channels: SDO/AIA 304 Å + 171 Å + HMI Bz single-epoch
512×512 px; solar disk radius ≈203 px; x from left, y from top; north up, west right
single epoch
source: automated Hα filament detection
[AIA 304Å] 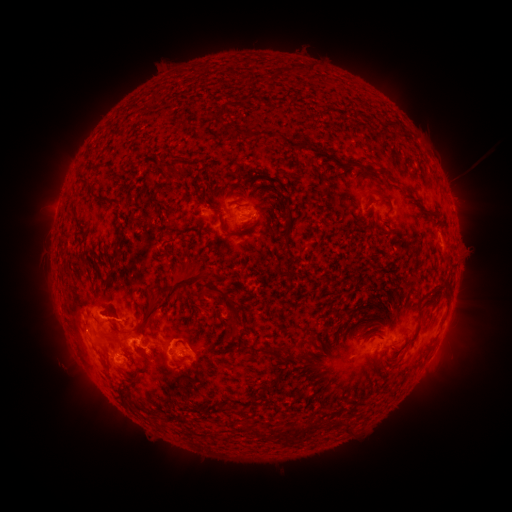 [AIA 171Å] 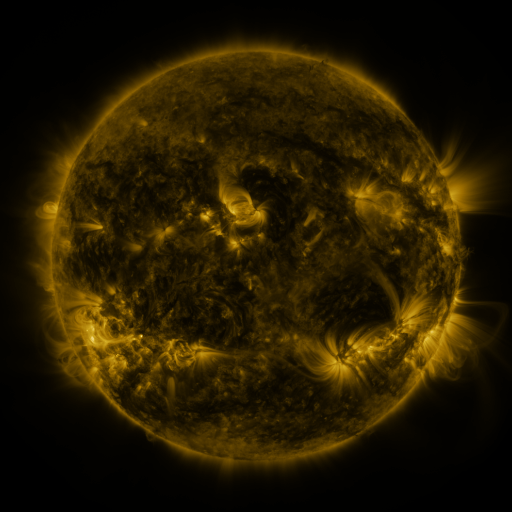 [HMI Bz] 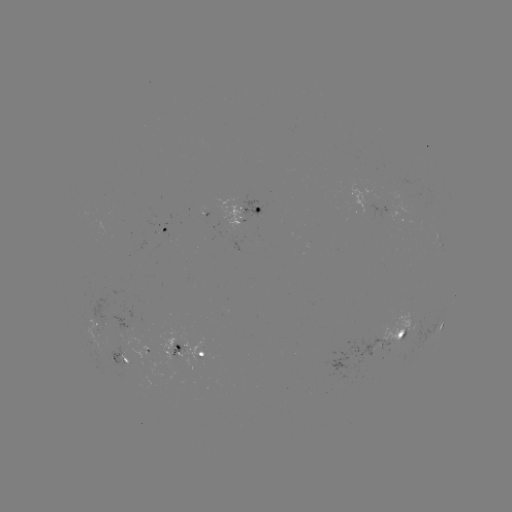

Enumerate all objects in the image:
filament: <bbox>303, 64, 312, 74</bbox>
filament: <bbox>273, 67, 283, 78</bbox>
filament: <bbox>216, 104, 226, 119</bbox>
filament: <bbox>379, 119, 396, 129</bbox>
filament: <bbox>237, 130, 265, 141</bbox>
filament: <bbox>165, 157, 178, 180</bbox>
filament: <bbox>343, 158, 354, 167</bbox>
filament: <bbox>375, 166, 393, 180</bbox>
filament: <bbox>77, 179, 91, 193</bbox>
filament: <bbox>366, 197, 379, 205</bbox>
filament: <bbox>282, 206, 294, 225</bbox>
filament: <bbox>219, 211, 267, 237</bbox>
filament: <bbox>350, 215, 358, 225</bbox>
filament: <bbox>162, 240, 171, 257</bbox>
filament: <bbox>113, 249, 121, 263</bbox>
filament: <bbox>132, 270, 232, 336</bbox>
filament: <bbox>412, 302, 423, 339</bbox>
filament: <bbox>296, 336, 318, 349</bbox>
filament: <bbox>93, 339, 104, 347</bbox>
filament: <bbox>263, 344, 289, 362</bbox>
filament: <bbox>106, 358, 114, 370</bbox>
filament: <bbox>251, 394, 264, 402</bbox>
filament: <bbox>206, 403, 215, 411</bbox>
filament: <bbox>345, 420, 353, 431</bbox>
filament: <bbox>252, 425, 271, 441</bbox>
filament: <bbox>280, 425, 294, 444</bbox>
